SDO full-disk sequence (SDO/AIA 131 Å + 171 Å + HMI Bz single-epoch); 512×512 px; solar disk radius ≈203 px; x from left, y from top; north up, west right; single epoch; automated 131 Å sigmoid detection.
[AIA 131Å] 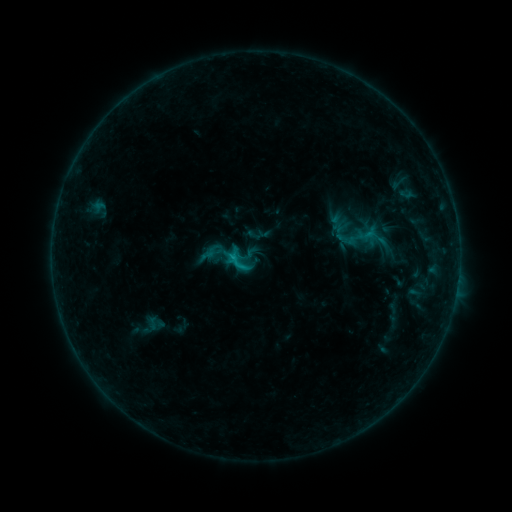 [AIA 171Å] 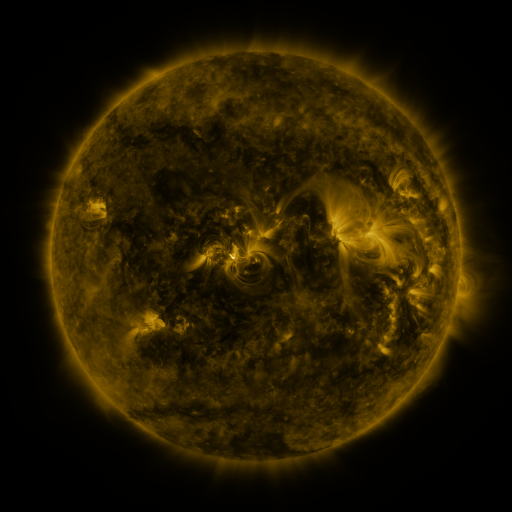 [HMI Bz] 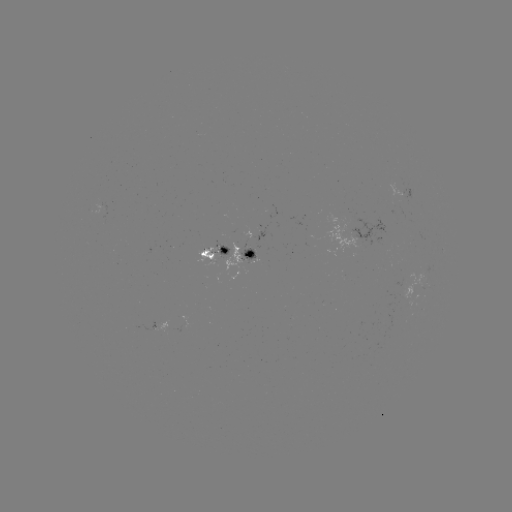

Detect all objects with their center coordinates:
sigmoid: (239, 263)
